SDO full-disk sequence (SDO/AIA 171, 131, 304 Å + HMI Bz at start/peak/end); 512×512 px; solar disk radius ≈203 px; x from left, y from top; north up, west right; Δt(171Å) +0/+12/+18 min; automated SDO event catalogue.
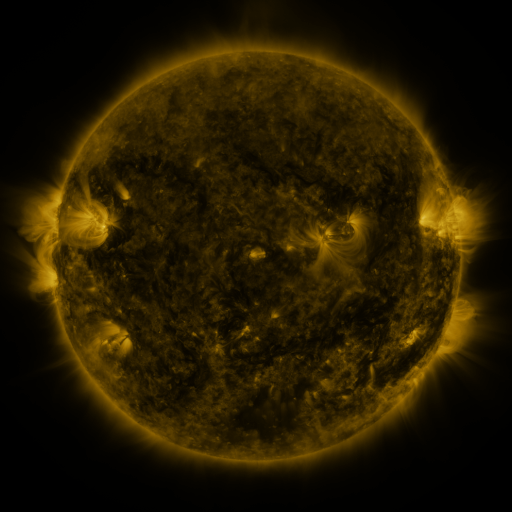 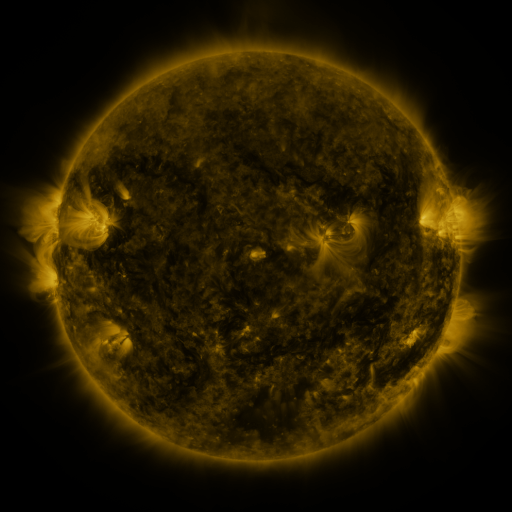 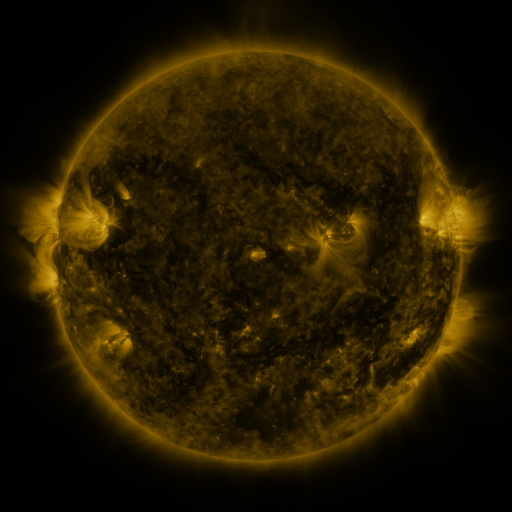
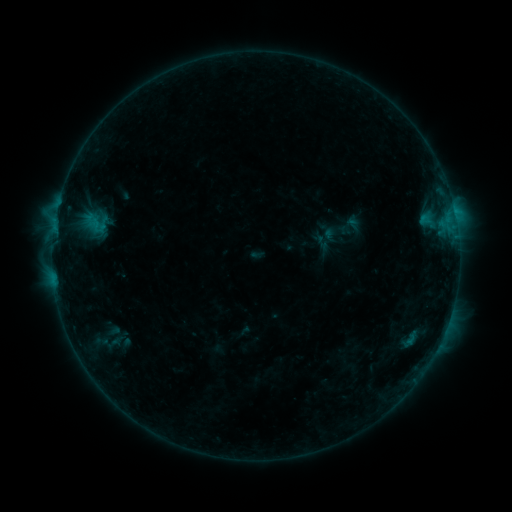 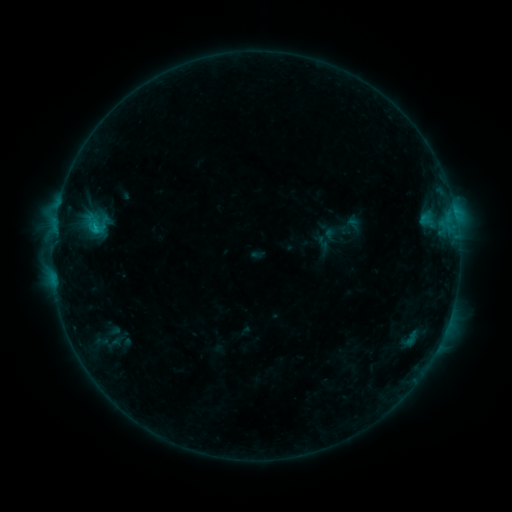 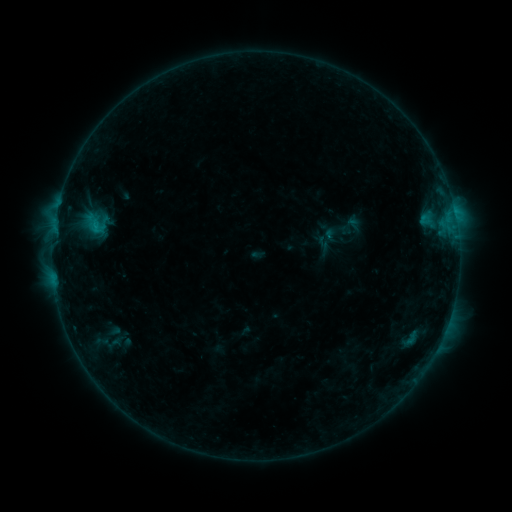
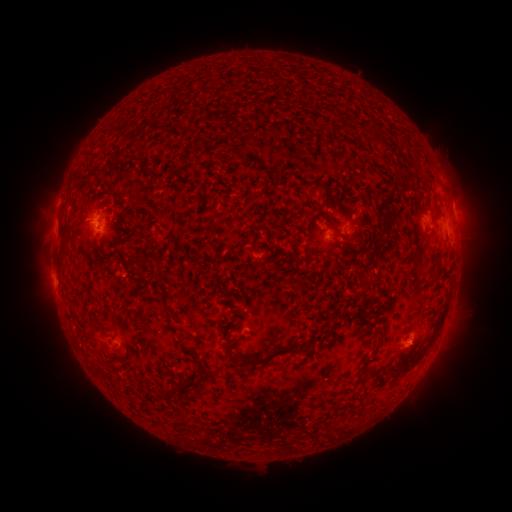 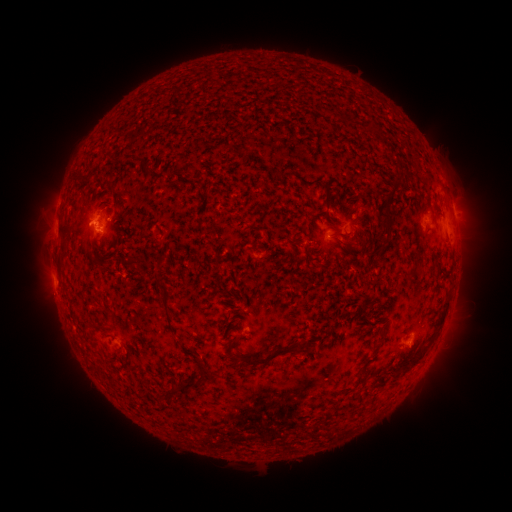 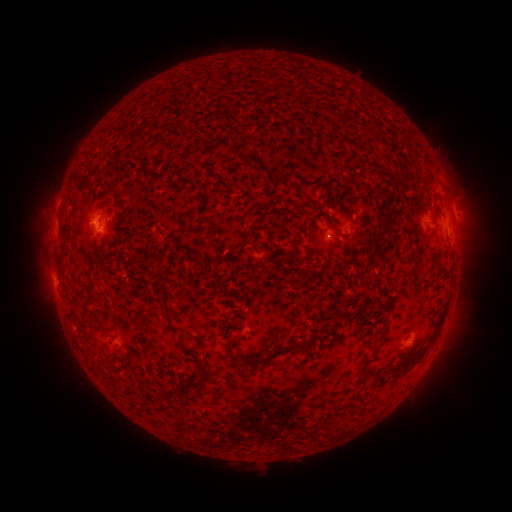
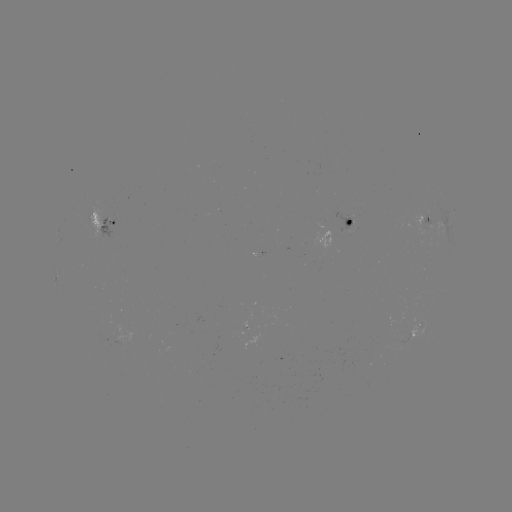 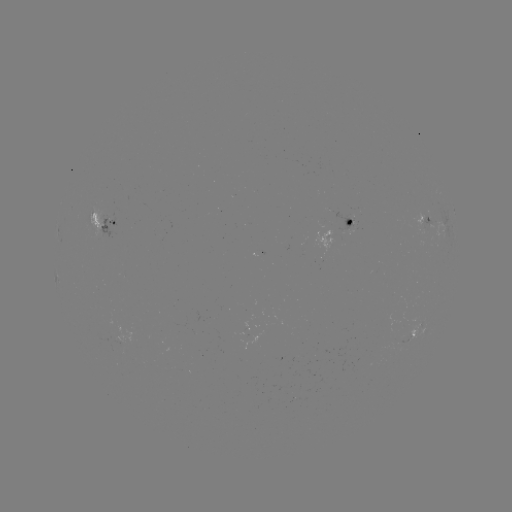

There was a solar flare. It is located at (96, 231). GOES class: B7.4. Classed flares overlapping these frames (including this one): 1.